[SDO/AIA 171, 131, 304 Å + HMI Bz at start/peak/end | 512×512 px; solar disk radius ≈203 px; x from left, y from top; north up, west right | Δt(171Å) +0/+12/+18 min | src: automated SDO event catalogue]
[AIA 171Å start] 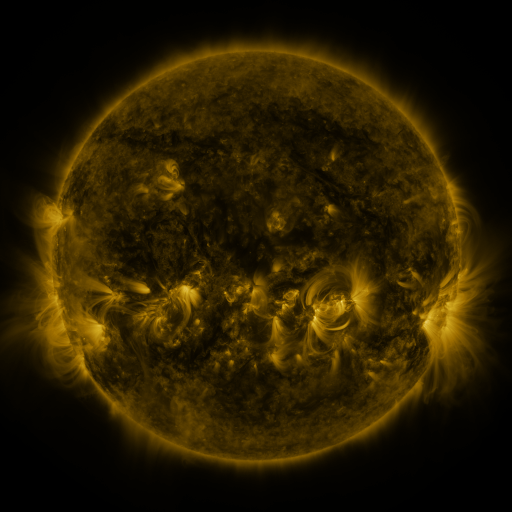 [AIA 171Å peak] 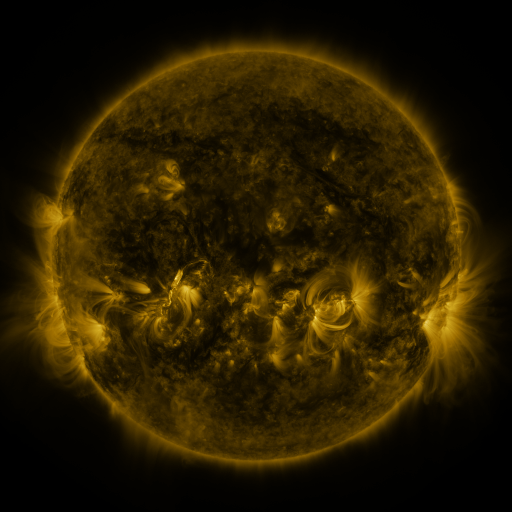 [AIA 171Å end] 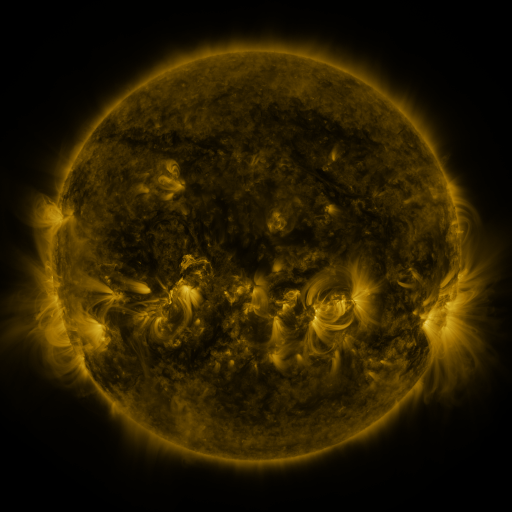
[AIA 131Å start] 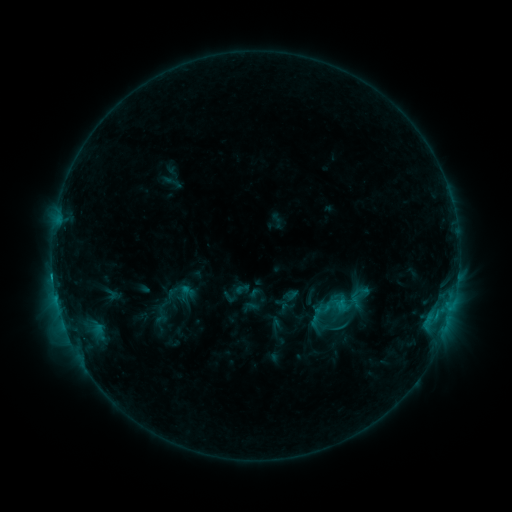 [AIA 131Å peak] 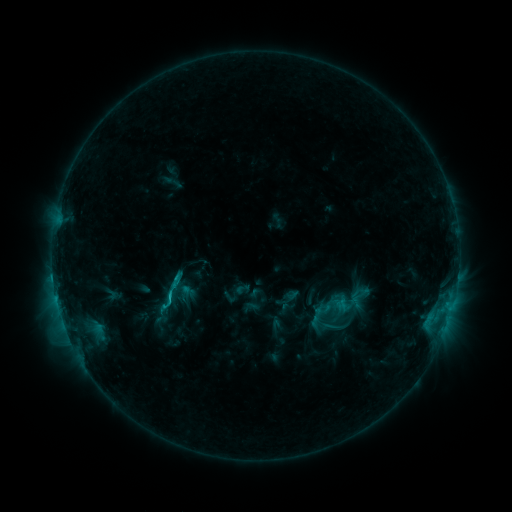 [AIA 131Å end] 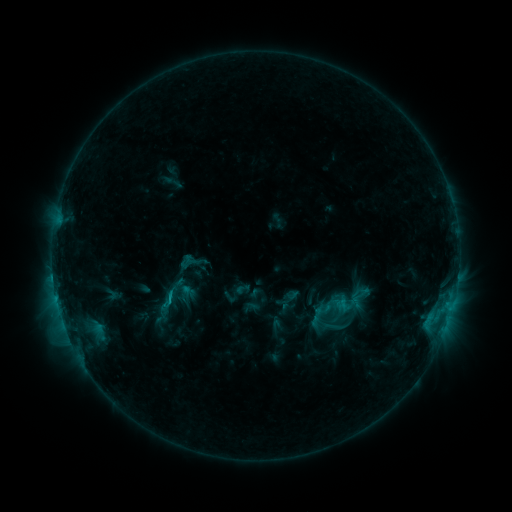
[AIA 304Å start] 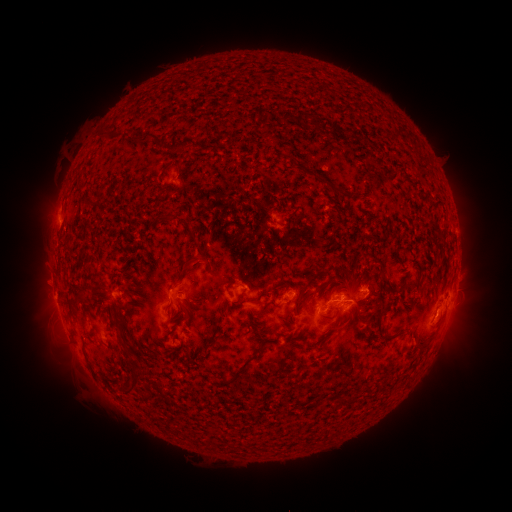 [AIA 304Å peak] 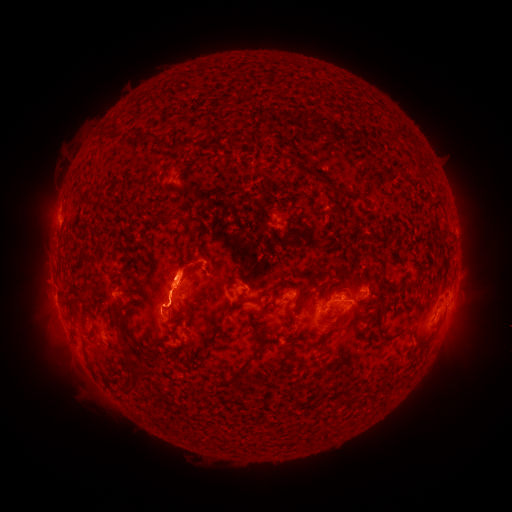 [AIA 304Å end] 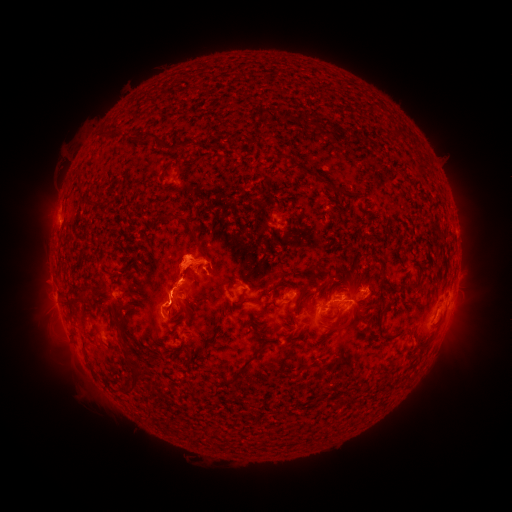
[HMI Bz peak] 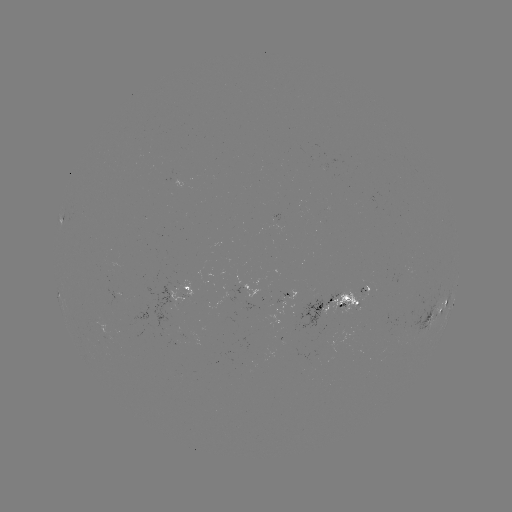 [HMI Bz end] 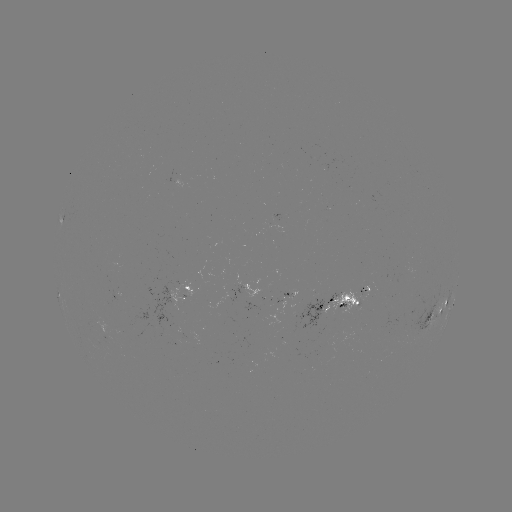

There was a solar eruption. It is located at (178, 277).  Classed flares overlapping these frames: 1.